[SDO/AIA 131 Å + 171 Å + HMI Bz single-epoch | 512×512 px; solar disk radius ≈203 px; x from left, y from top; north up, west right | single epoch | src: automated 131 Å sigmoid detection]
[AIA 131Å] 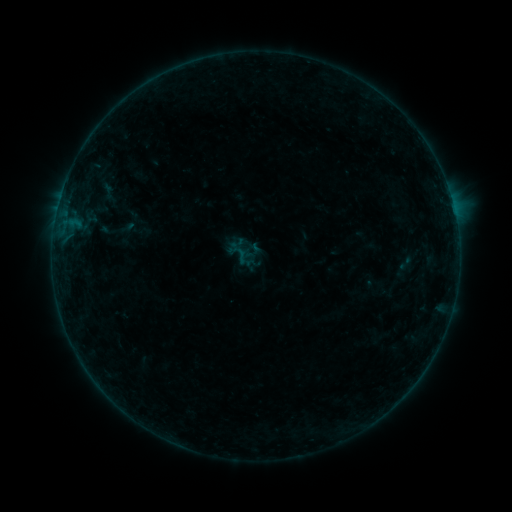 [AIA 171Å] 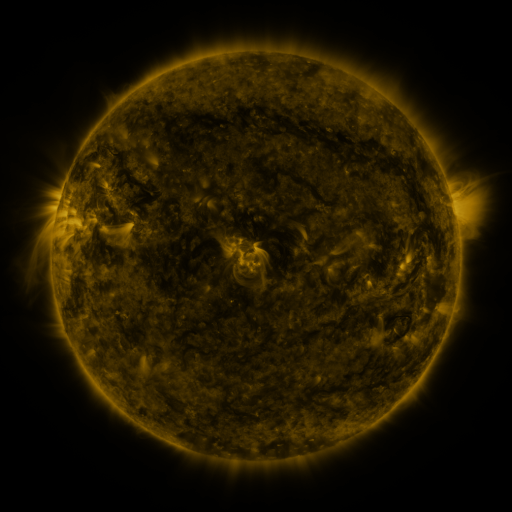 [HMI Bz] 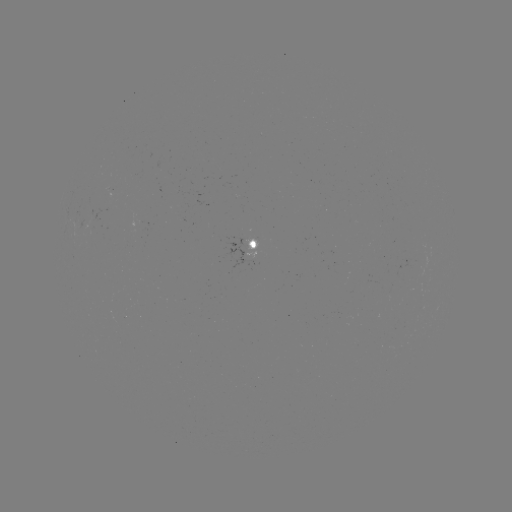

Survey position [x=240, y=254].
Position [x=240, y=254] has sigmoid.